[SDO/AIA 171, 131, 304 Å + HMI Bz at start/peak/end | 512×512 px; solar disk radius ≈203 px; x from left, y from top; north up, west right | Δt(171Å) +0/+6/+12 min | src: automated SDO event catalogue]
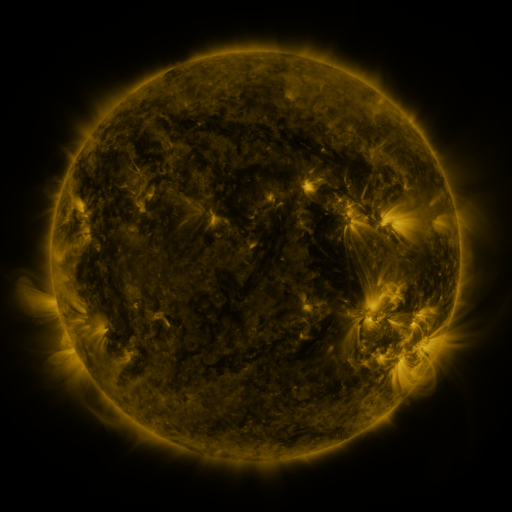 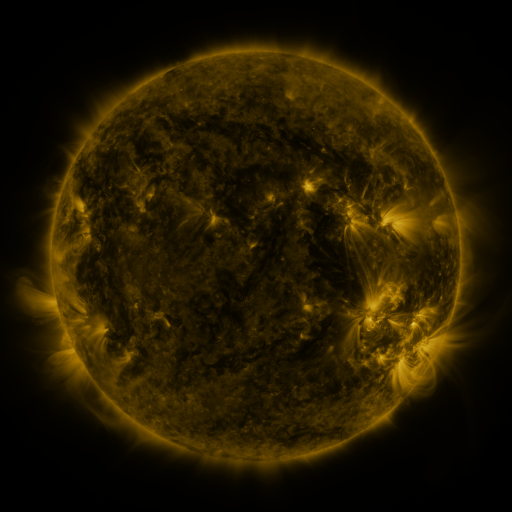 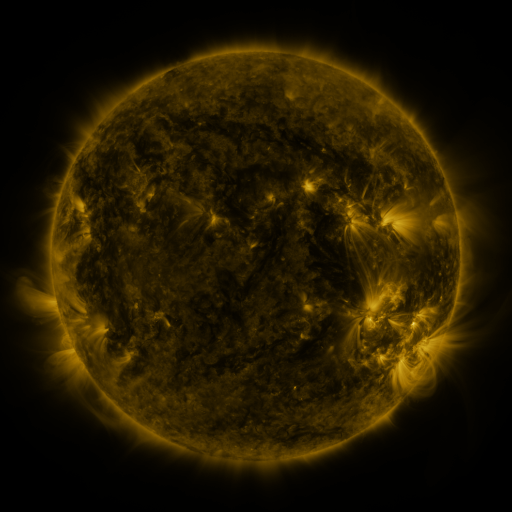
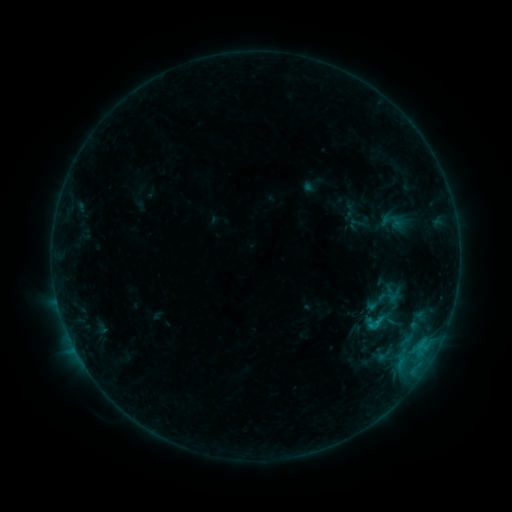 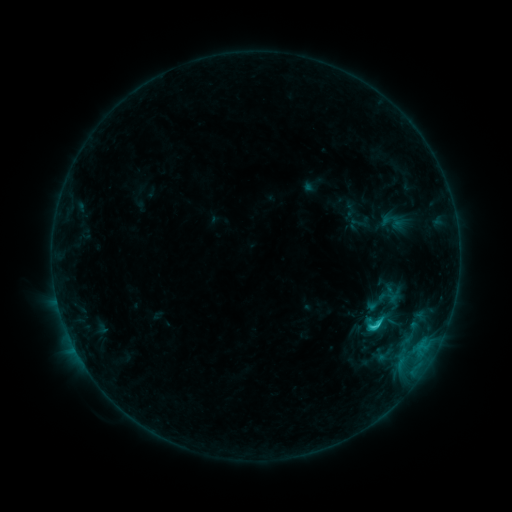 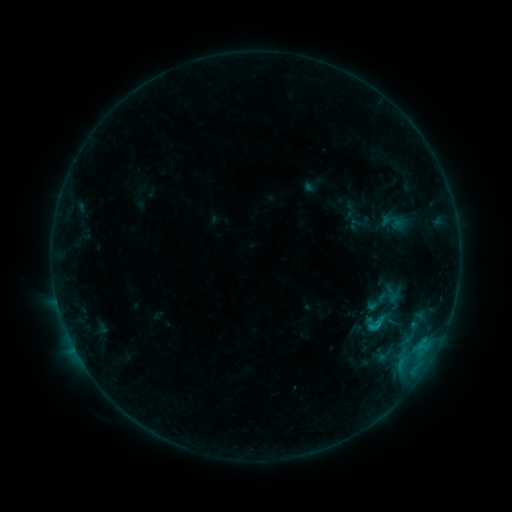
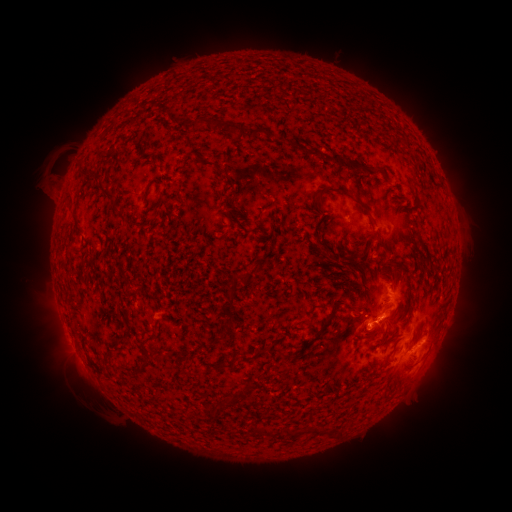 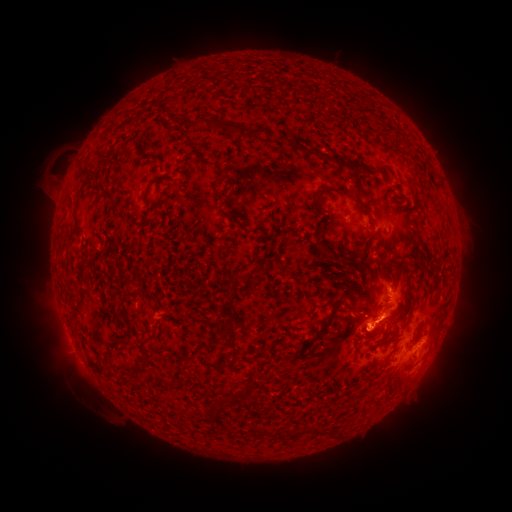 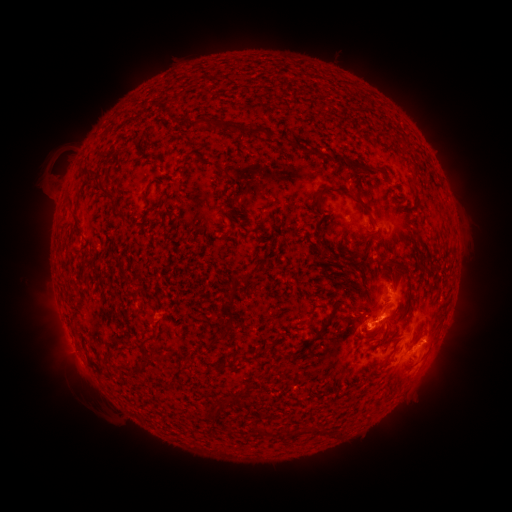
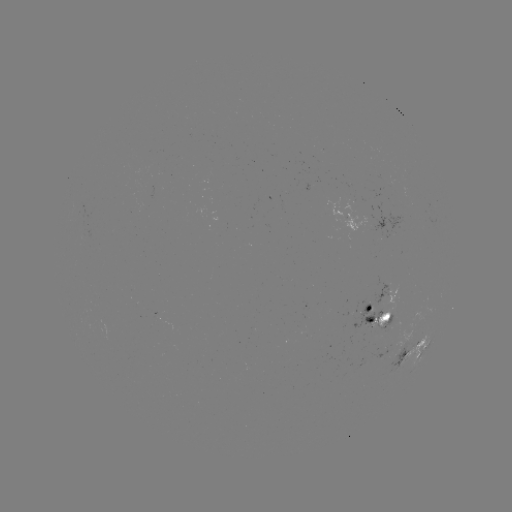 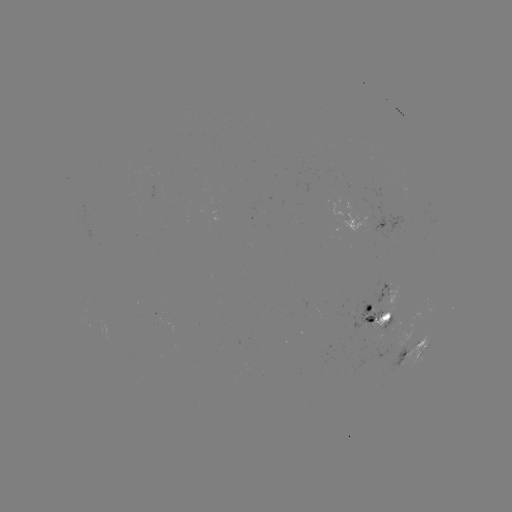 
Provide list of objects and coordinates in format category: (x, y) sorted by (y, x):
C1.6 flare: (372, 326)
